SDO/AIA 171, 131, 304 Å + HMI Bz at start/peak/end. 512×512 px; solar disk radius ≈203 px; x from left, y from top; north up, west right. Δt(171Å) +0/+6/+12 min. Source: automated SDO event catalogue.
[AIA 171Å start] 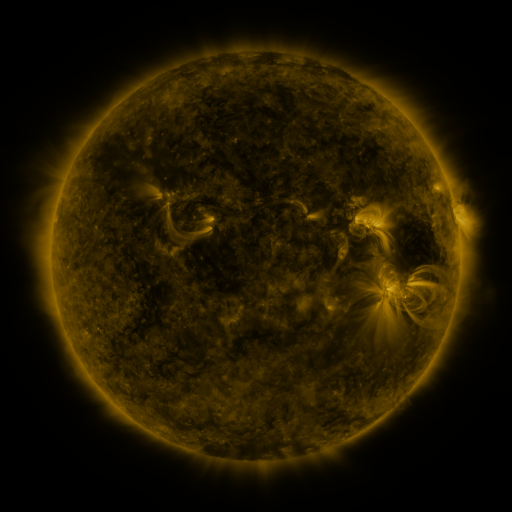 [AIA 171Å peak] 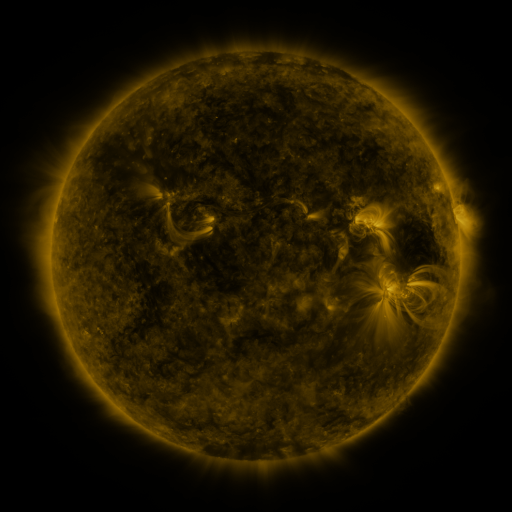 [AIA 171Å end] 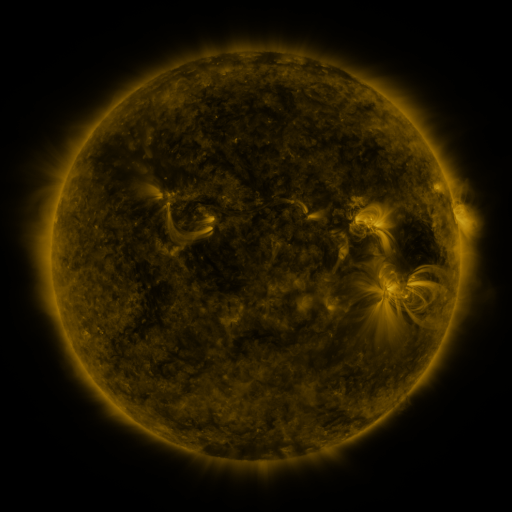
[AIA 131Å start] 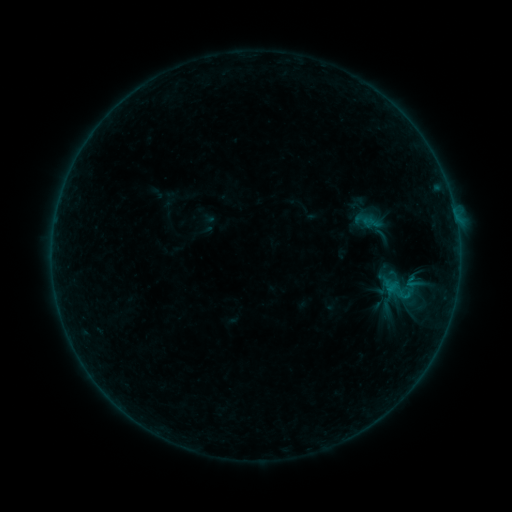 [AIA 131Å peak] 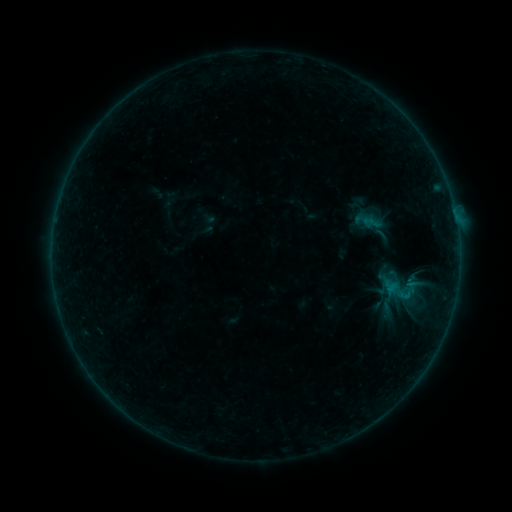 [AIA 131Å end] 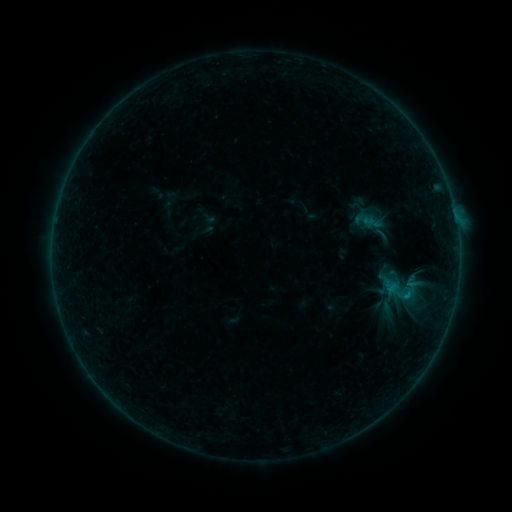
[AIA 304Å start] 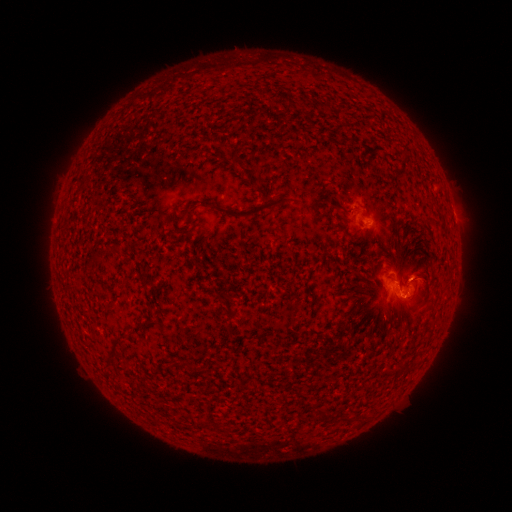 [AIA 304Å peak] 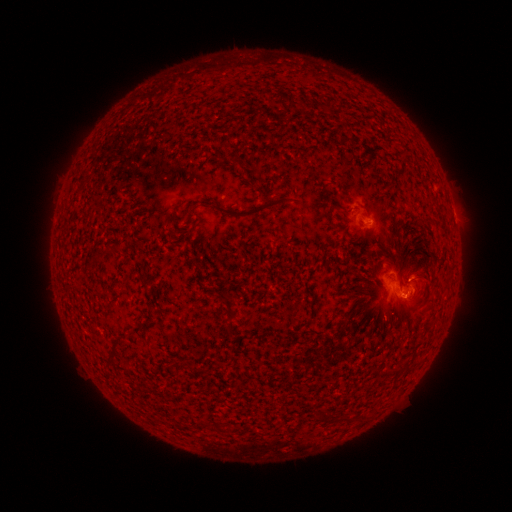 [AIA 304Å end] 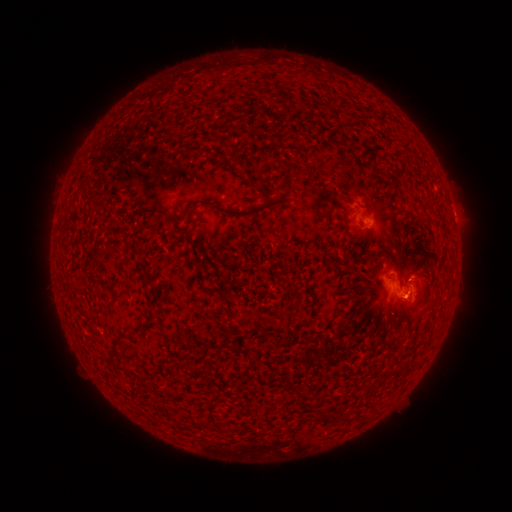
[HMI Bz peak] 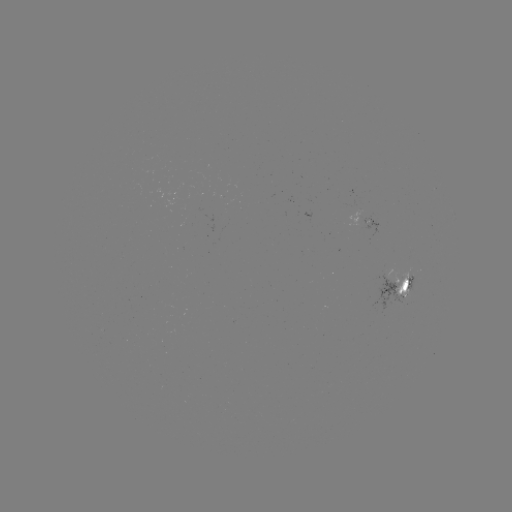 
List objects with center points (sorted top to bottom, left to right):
B4.1 flare: (408, 294)
